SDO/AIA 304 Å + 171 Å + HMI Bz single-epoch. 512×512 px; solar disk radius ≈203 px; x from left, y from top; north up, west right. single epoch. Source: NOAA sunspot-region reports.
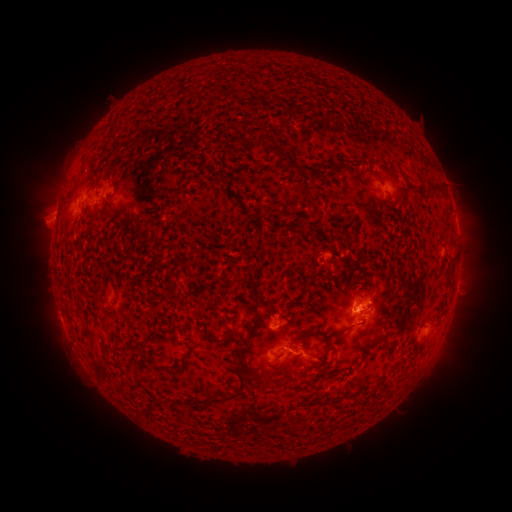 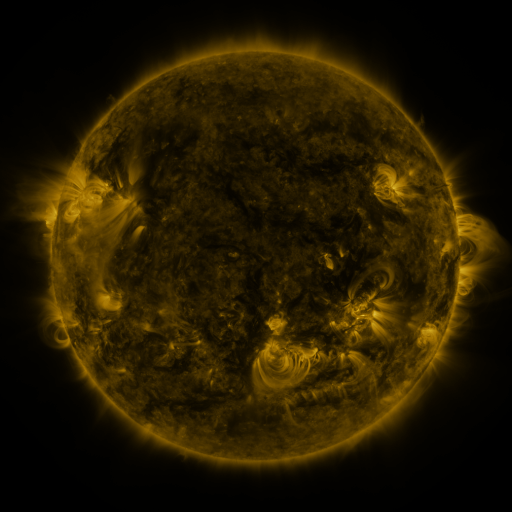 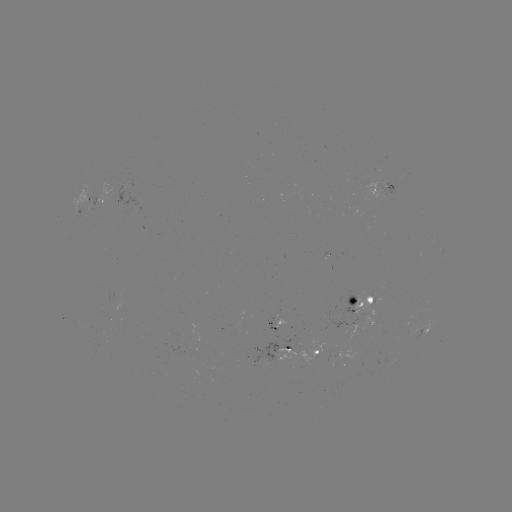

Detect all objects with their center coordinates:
spotted active region: (385, 187)
spotted active region: (99, 205)
spotted active region: (83, 209)
spotted active region: (139, 209)
spotted active region: (457, 280)
spotted active region: (363, 301)
spotted active region: (276, 321)
spotted active region: (426, 327)
spotted active region: (282, 351)
spotted active region: (320, 353)
